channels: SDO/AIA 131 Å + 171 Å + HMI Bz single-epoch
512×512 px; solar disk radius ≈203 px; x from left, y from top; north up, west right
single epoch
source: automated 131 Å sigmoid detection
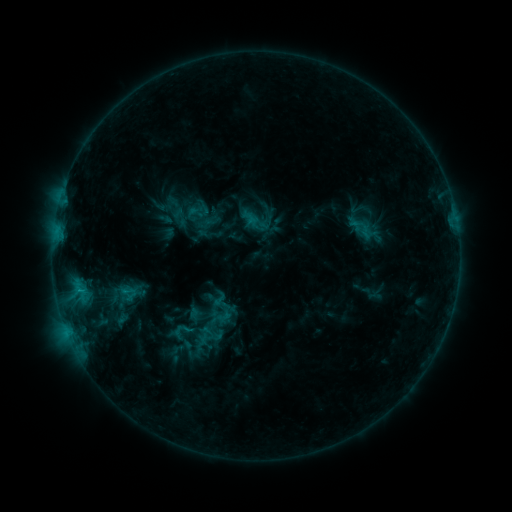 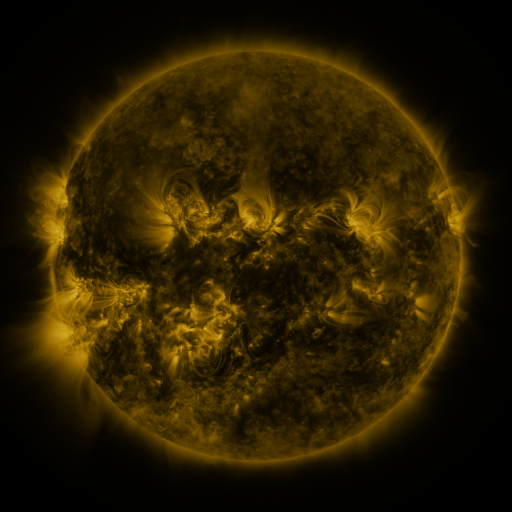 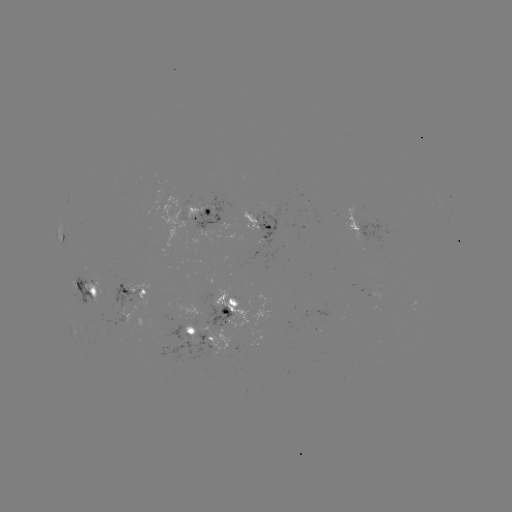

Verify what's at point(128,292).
sigmoid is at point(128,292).